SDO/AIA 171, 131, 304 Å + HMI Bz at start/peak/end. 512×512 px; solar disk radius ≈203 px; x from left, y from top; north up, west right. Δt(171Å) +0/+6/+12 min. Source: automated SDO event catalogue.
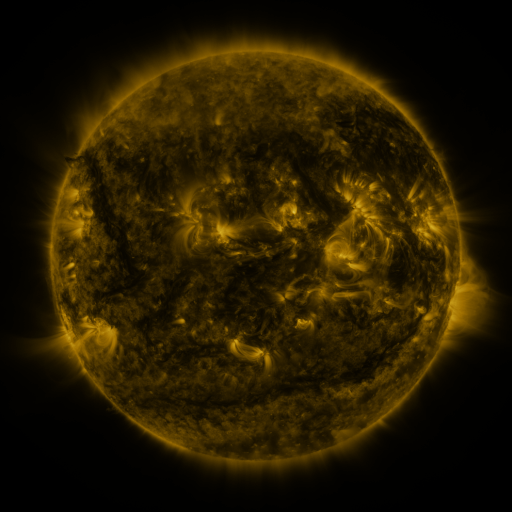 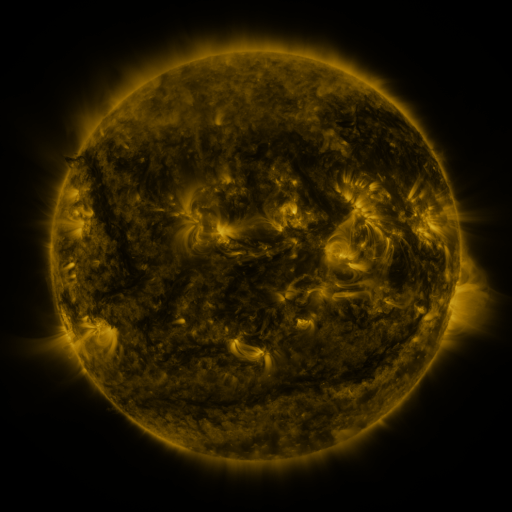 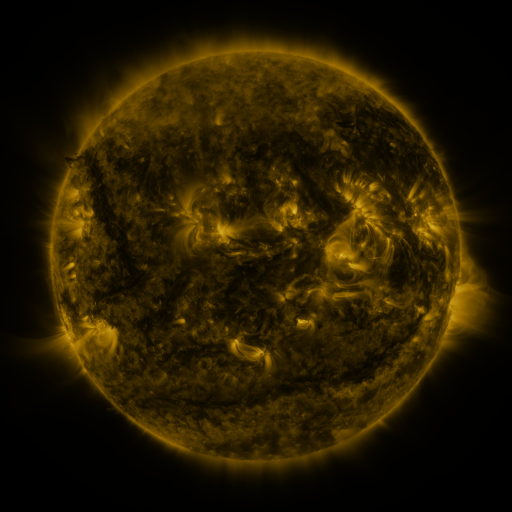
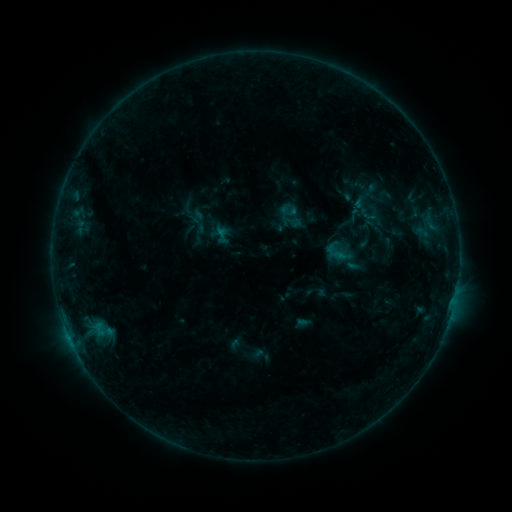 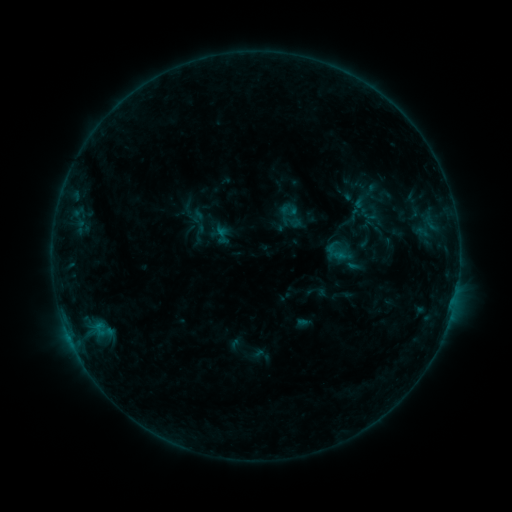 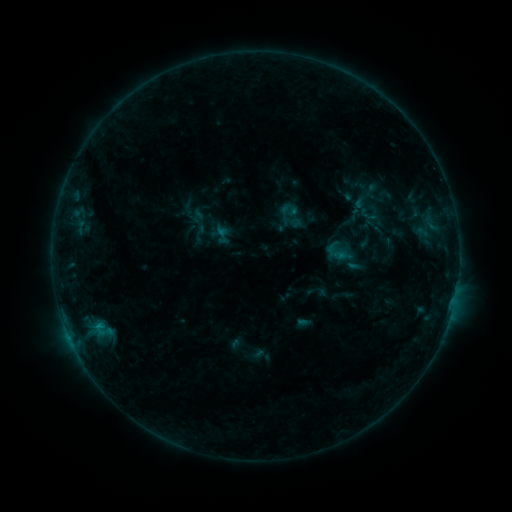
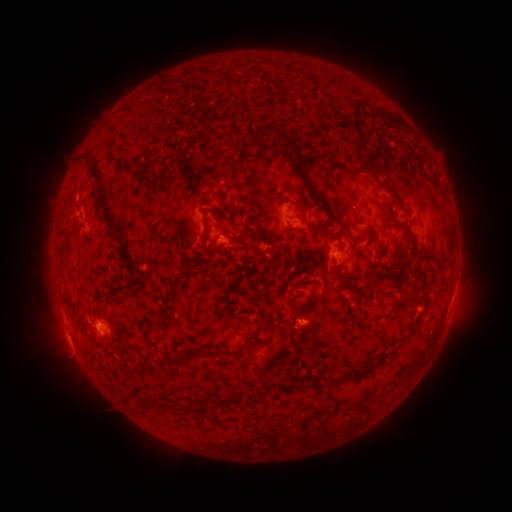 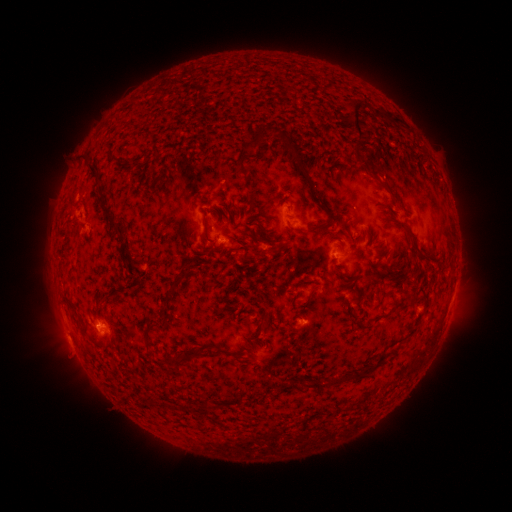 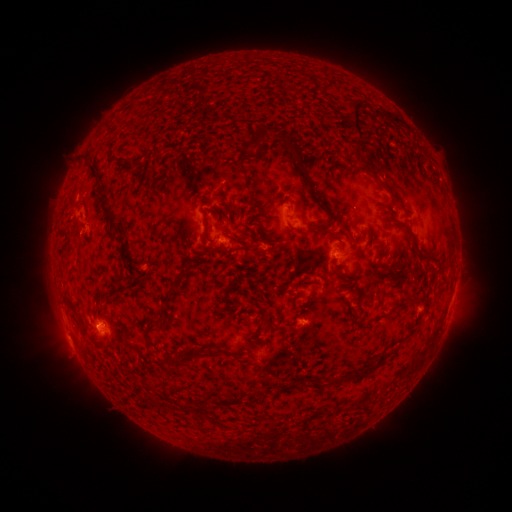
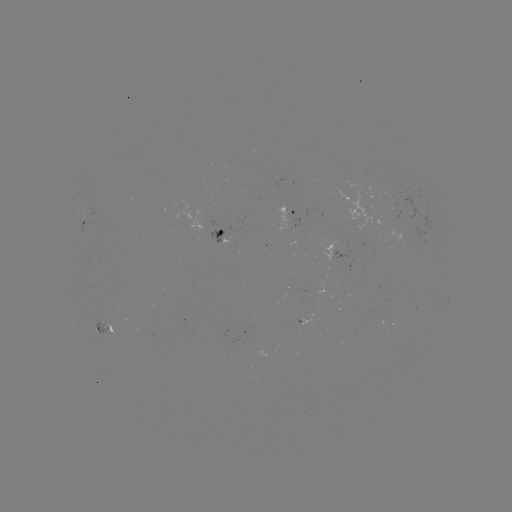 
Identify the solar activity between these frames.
nothing was catalogued: no classed flare, no EUV trigger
